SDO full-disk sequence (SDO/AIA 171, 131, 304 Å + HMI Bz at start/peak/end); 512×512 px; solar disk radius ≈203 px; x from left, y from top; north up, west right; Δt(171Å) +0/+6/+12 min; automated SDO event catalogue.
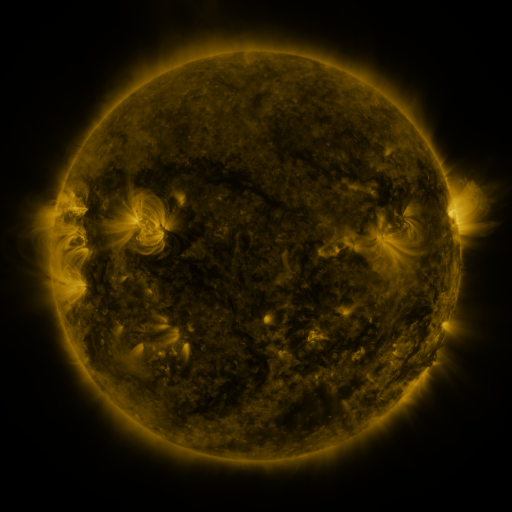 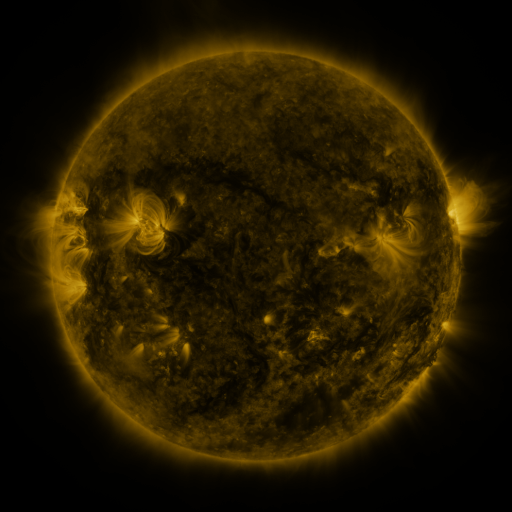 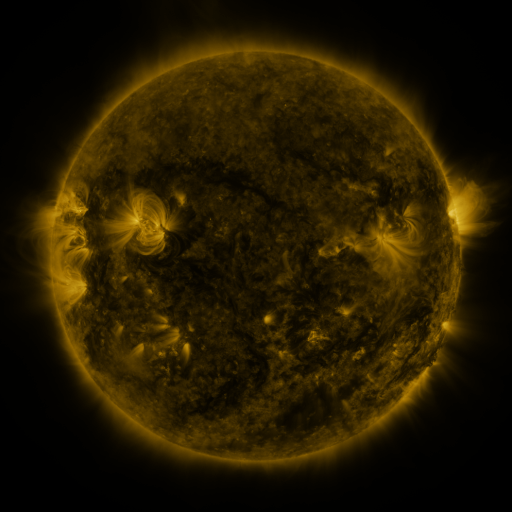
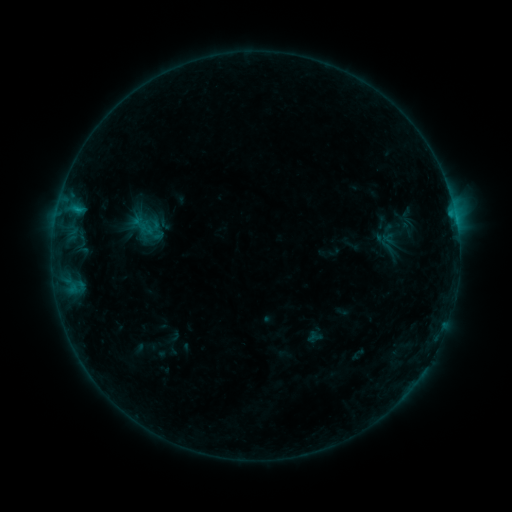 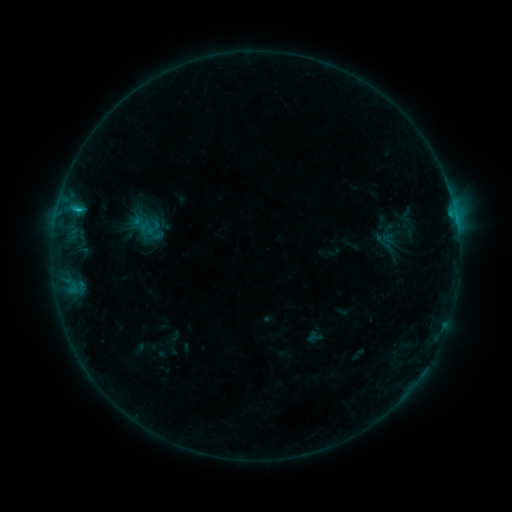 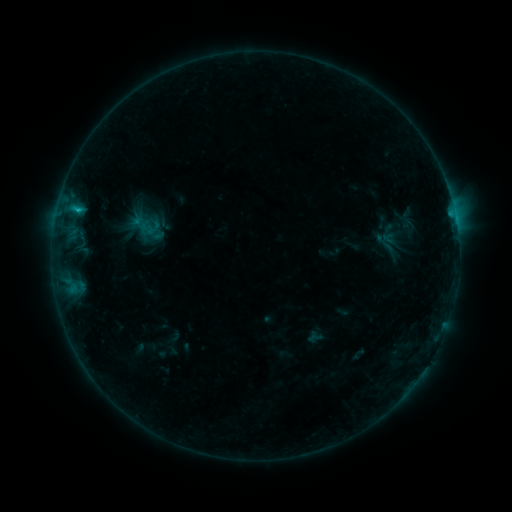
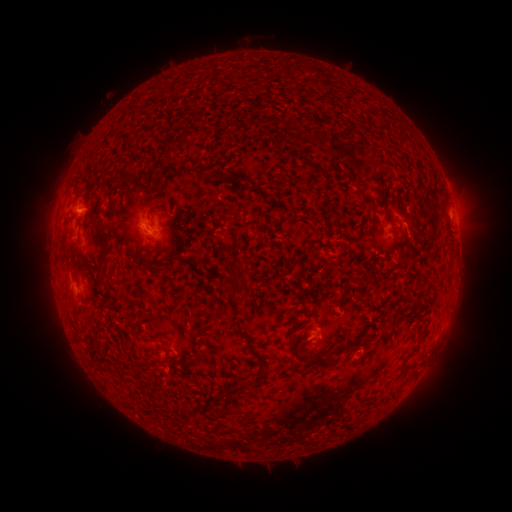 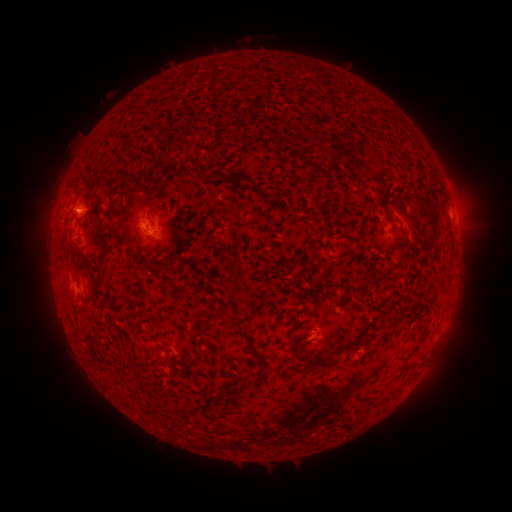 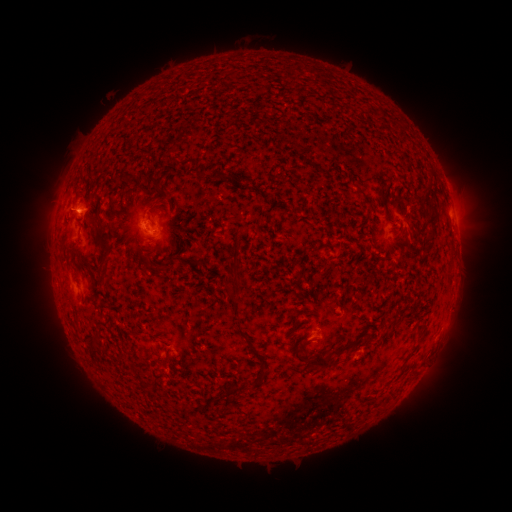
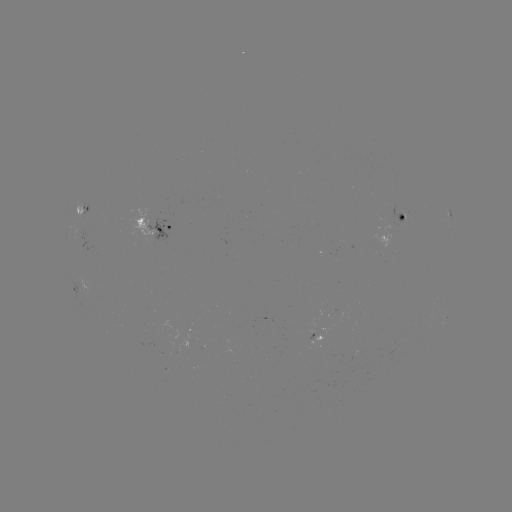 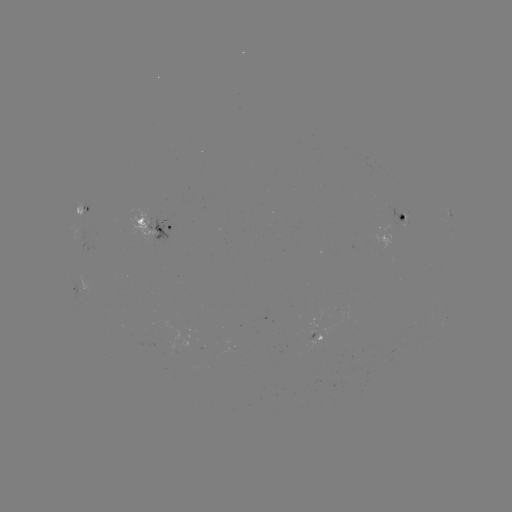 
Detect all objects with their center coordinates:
B7.1 flare: (80, 210)
